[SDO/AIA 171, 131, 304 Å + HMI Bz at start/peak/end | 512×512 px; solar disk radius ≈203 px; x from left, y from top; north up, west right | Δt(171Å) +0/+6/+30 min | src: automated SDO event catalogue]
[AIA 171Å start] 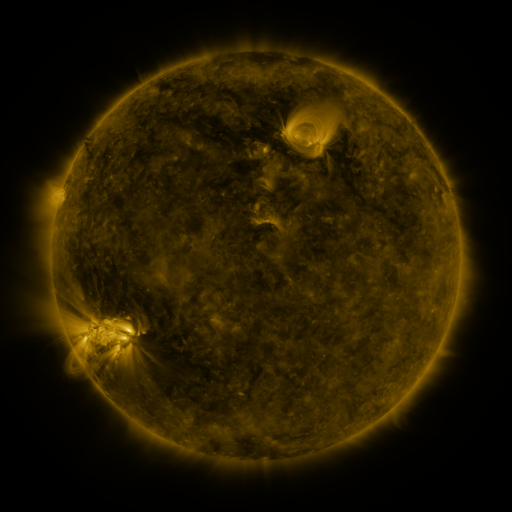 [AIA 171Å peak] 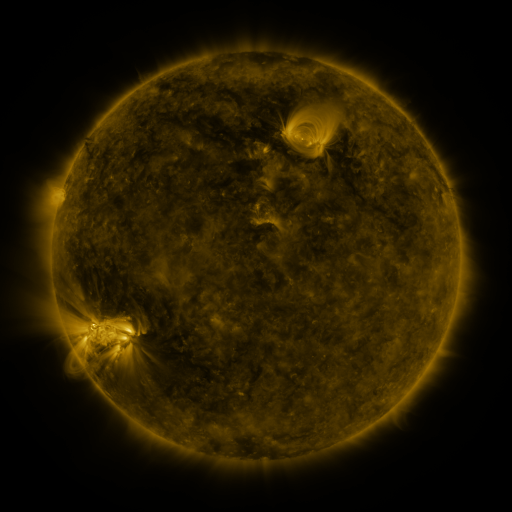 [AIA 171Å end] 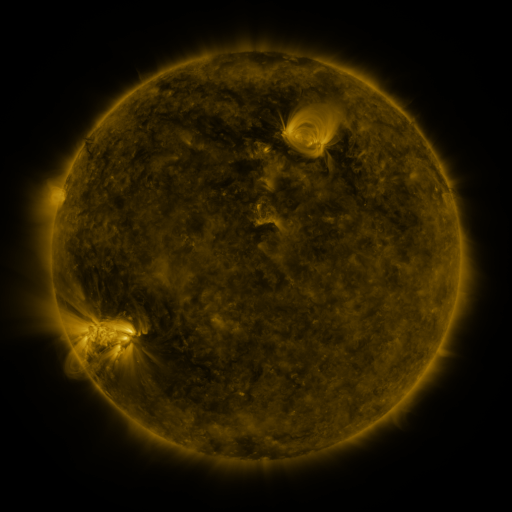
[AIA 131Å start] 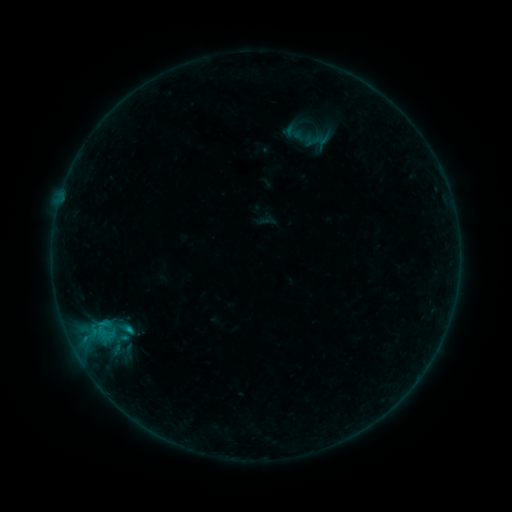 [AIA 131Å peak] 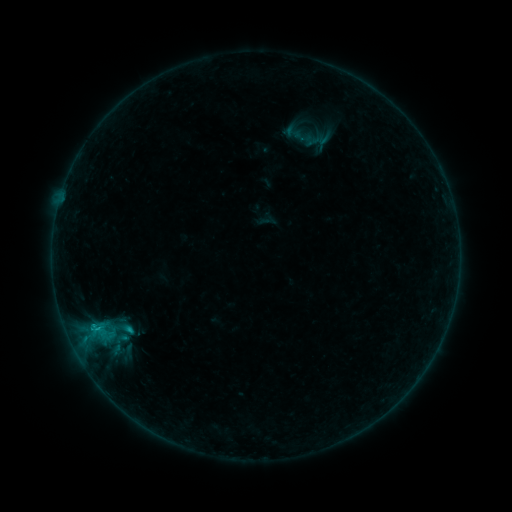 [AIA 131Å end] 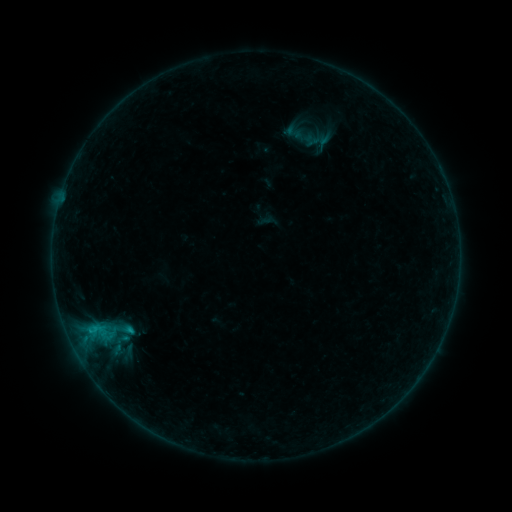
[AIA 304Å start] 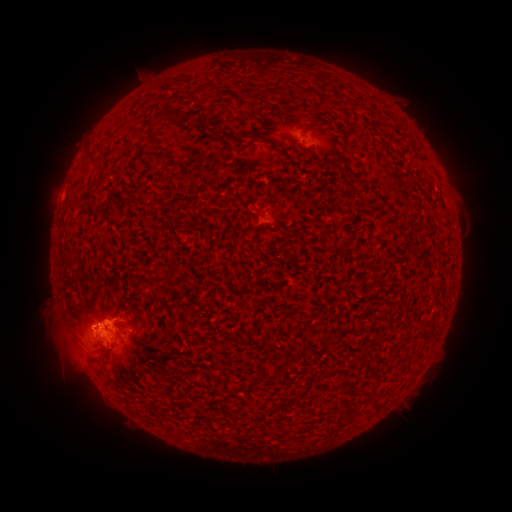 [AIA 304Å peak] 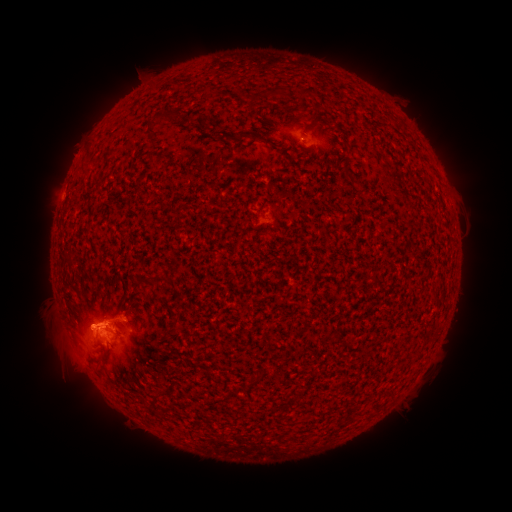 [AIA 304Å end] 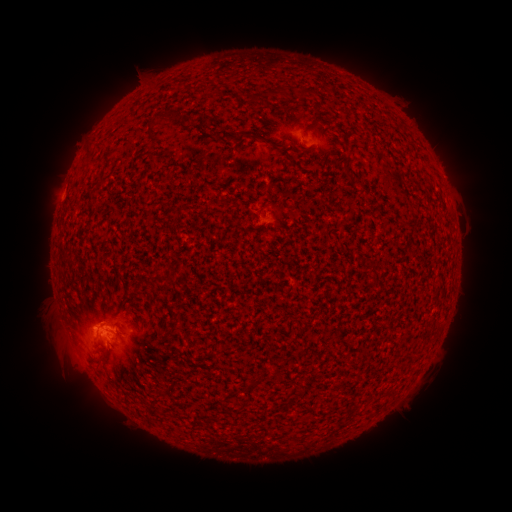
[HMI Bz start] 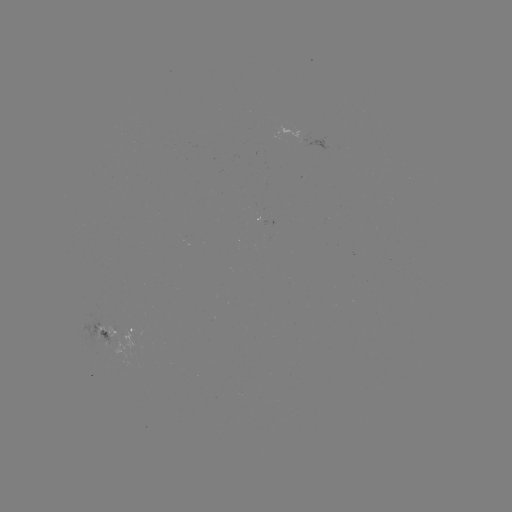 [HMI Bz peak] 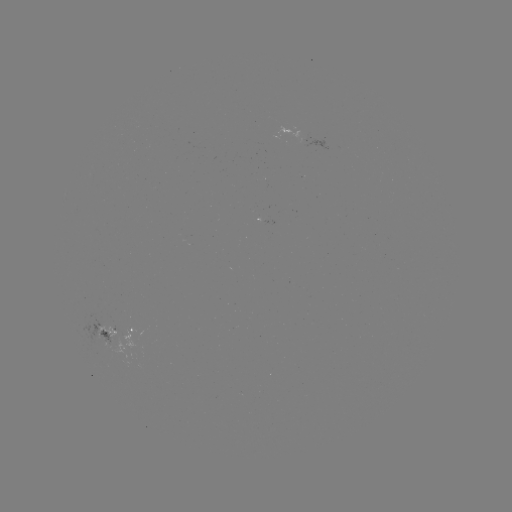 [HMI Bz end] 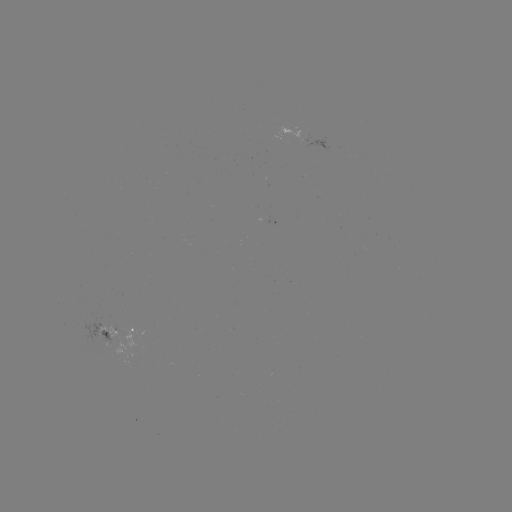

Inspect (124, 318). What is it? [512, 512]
B8.5 flare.